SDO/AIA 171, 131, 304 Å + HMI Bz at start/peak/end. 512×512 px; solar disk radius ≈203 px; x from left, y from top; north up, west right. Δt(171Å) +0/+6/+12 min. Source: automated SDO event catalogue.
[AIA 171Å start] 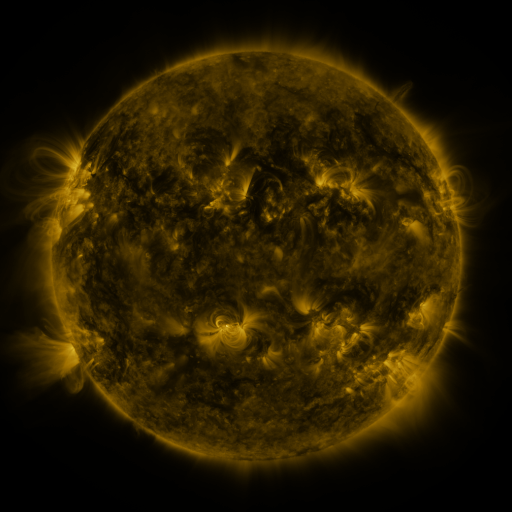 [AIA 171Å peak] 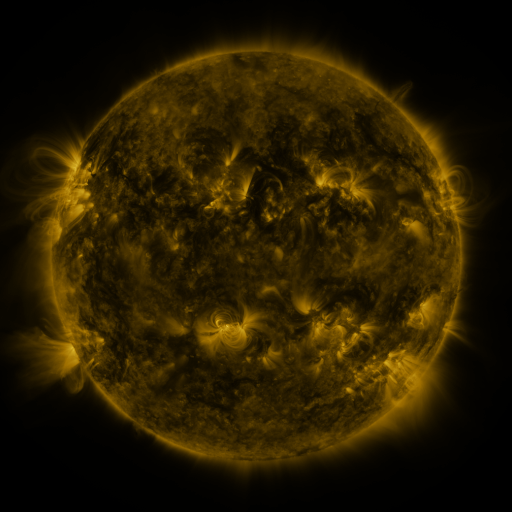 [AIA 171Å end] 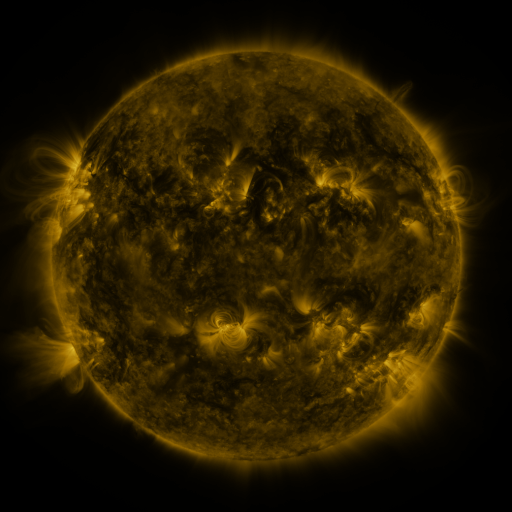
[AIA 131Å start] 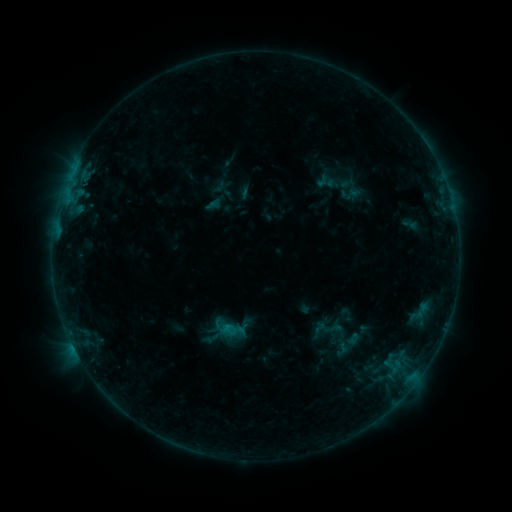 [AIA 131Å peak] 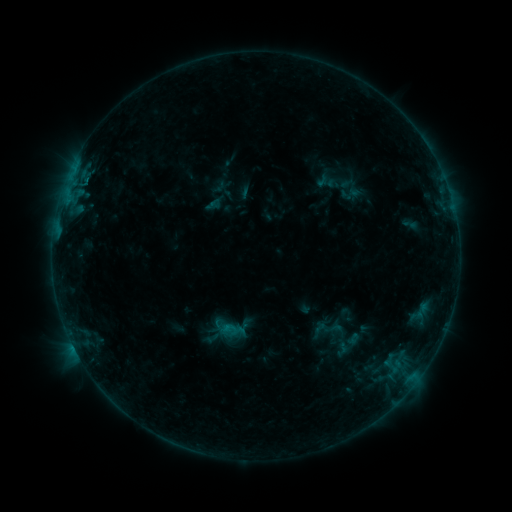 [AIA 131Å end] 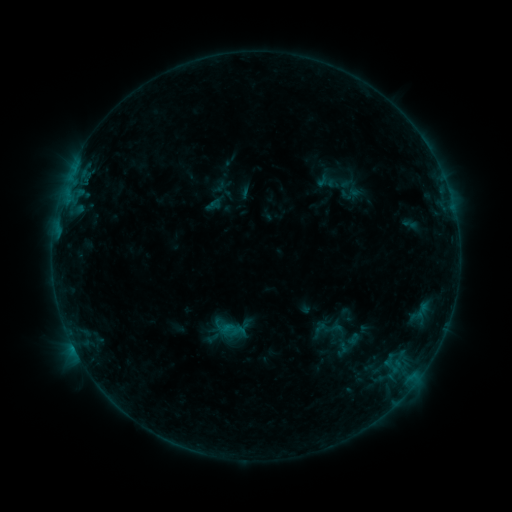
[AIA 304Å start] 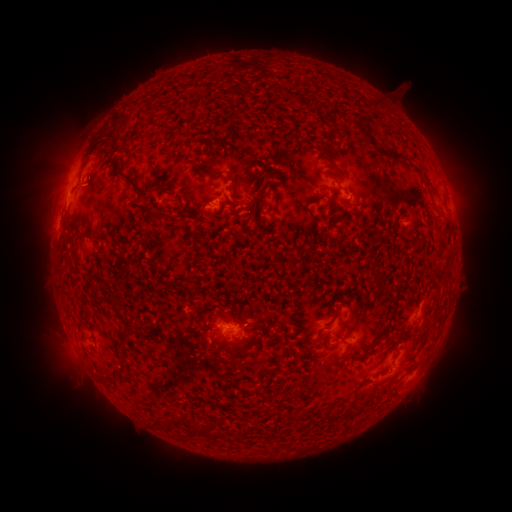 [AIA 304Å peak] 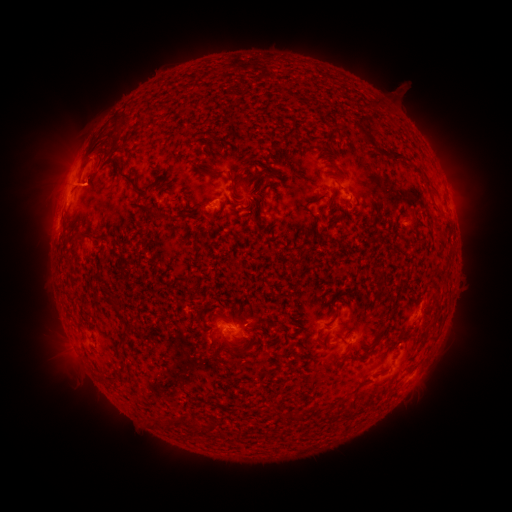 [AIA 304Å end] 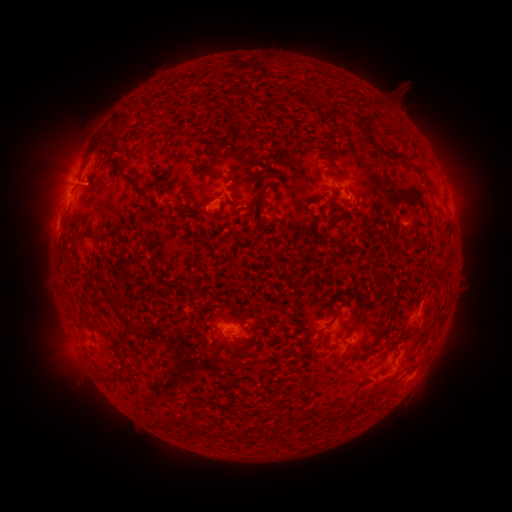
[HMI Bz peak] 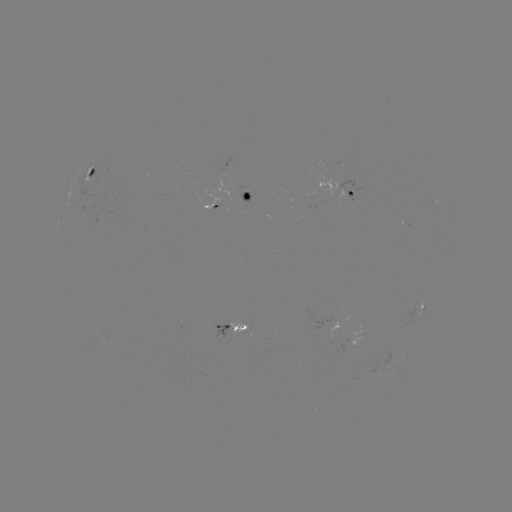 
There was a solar flare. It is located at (86, 181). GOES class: B5.3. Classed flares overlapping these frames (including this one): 1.